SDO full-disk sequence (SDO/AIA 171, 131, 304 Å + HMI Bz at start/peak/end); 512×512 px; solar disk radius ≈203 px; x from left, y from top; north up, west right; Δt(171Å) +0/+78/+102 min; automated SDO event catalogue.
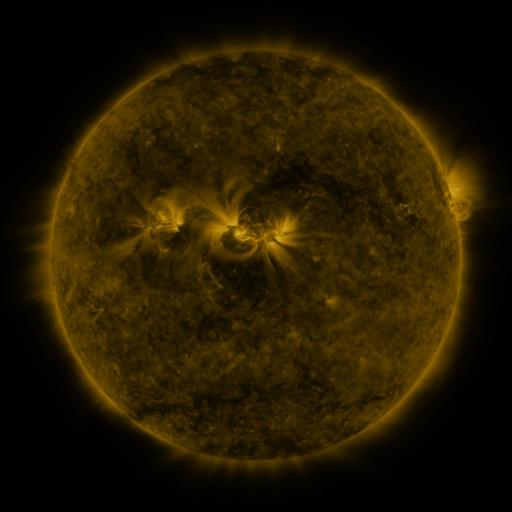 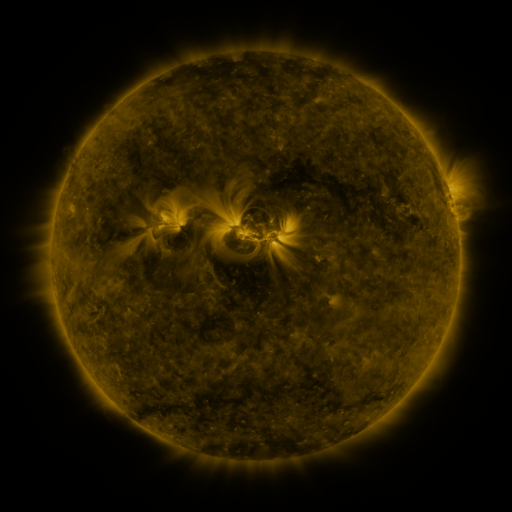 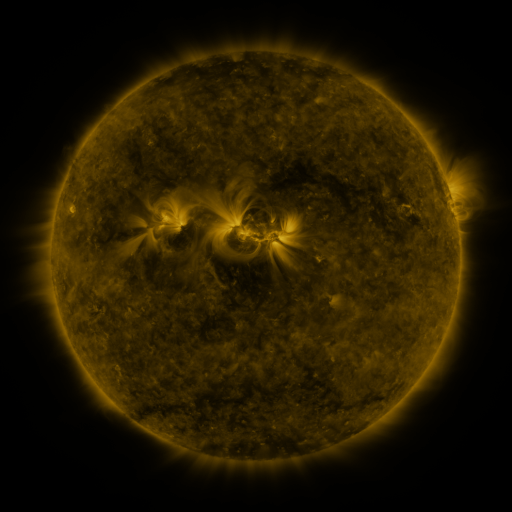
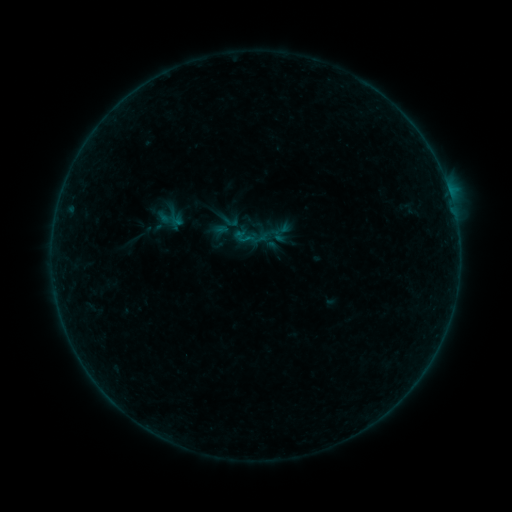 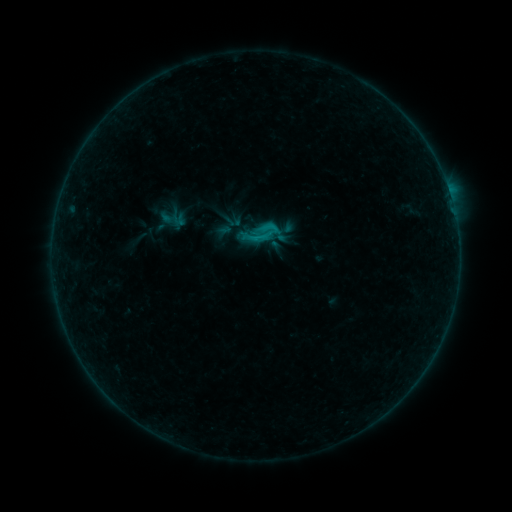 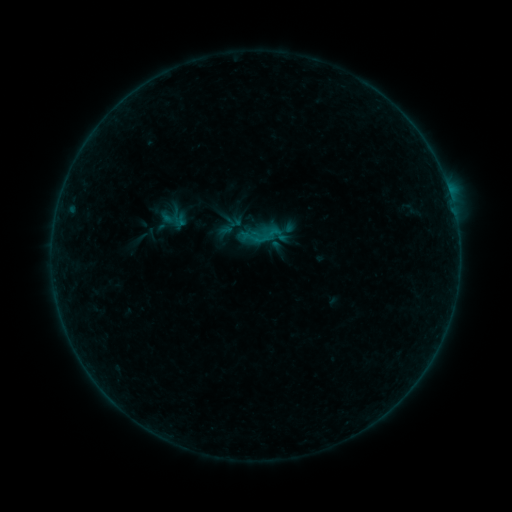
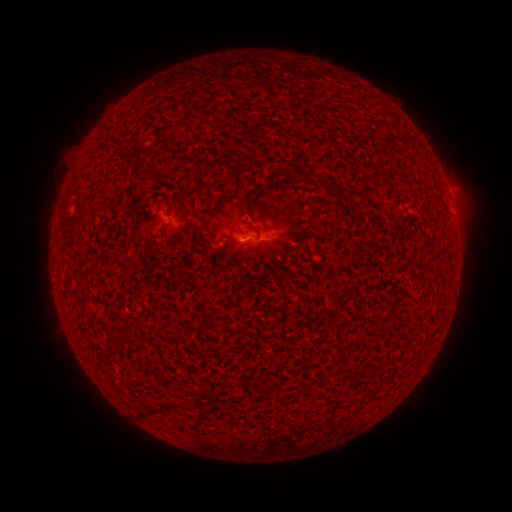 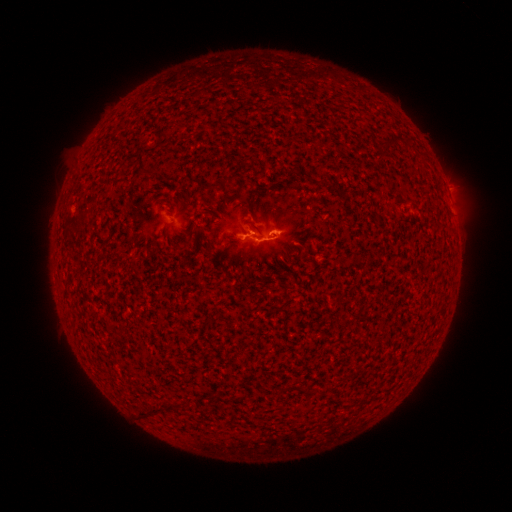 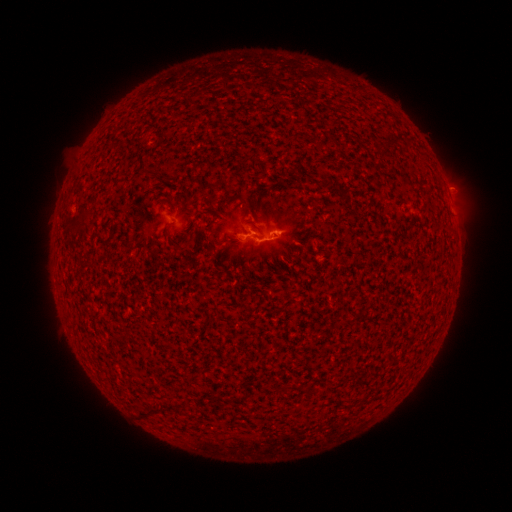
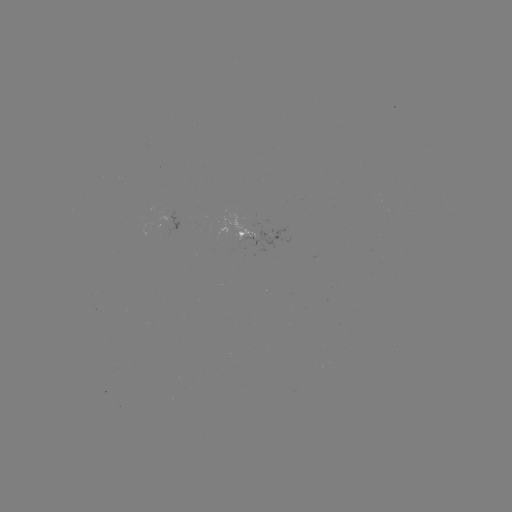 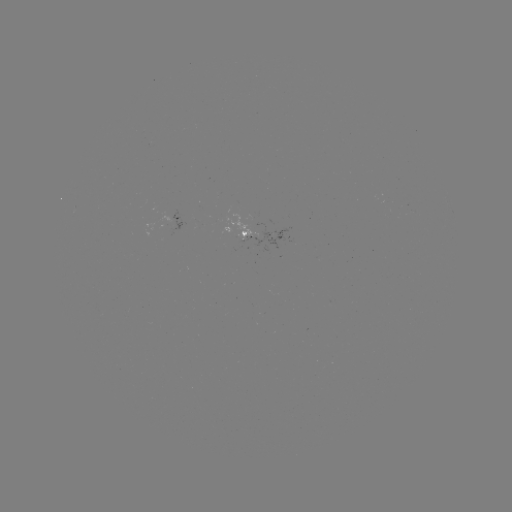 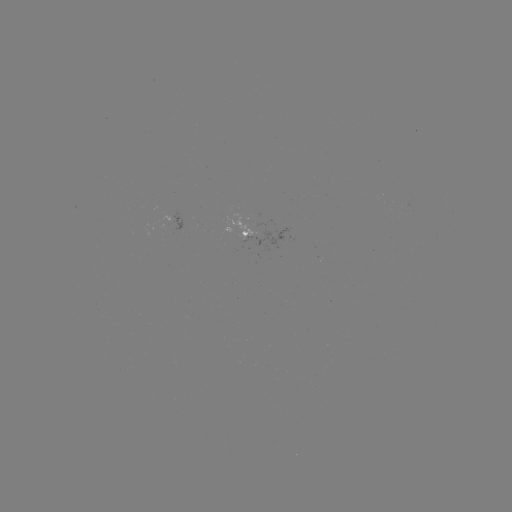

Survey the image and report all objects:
C1.3 flare: (273, 231)
